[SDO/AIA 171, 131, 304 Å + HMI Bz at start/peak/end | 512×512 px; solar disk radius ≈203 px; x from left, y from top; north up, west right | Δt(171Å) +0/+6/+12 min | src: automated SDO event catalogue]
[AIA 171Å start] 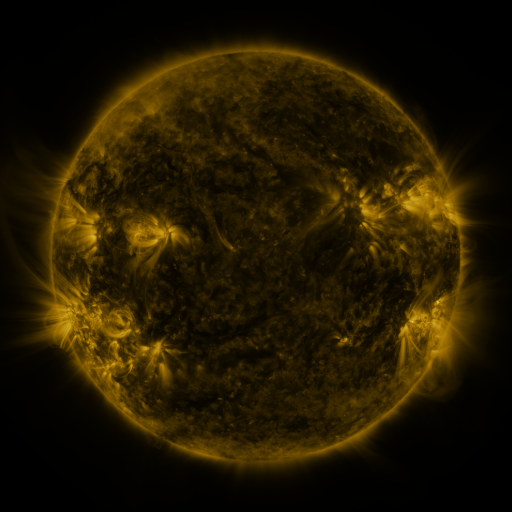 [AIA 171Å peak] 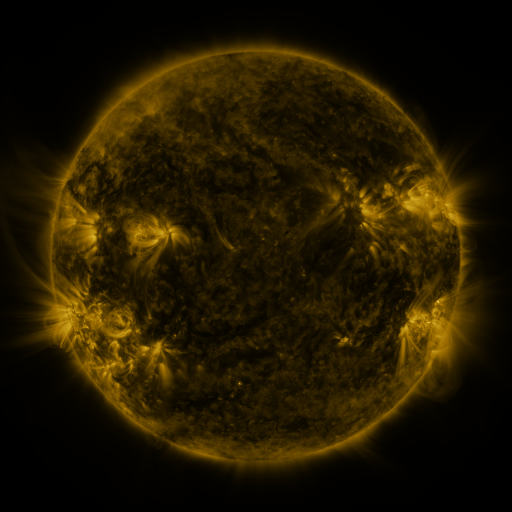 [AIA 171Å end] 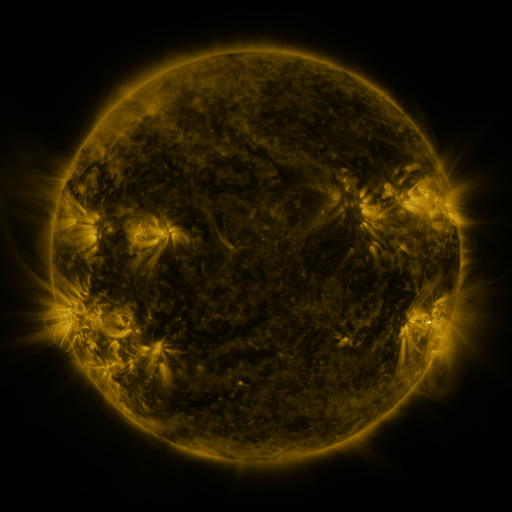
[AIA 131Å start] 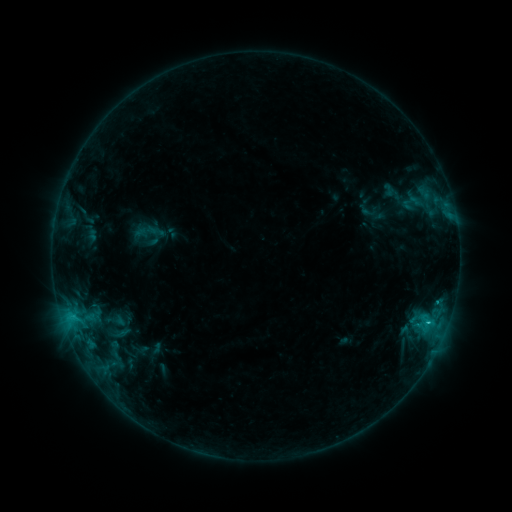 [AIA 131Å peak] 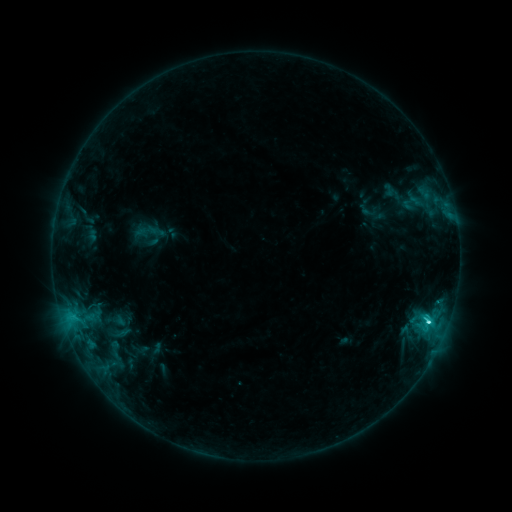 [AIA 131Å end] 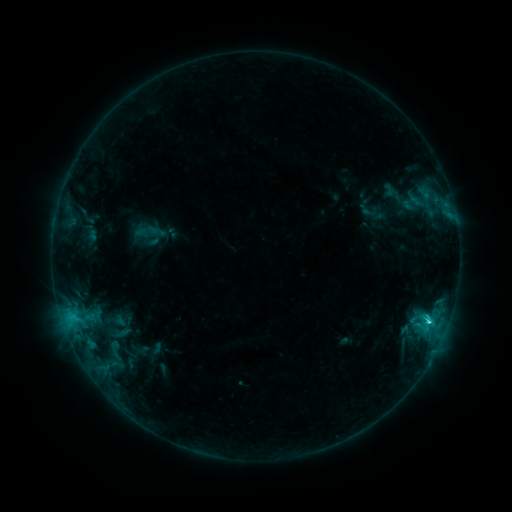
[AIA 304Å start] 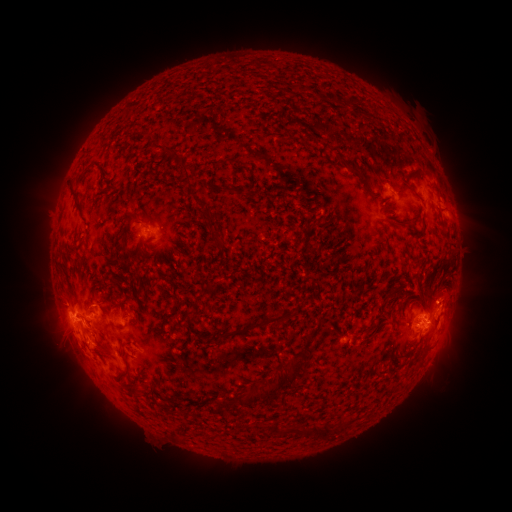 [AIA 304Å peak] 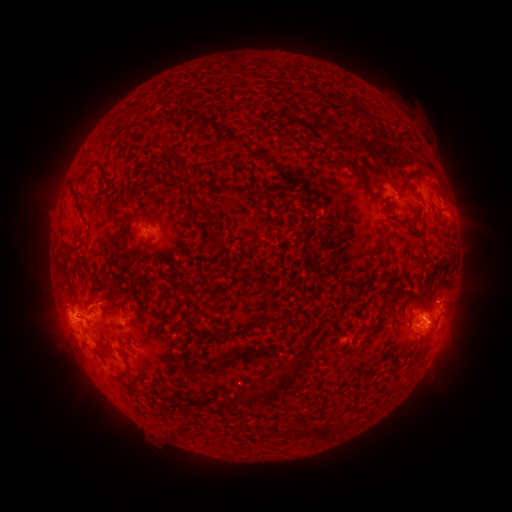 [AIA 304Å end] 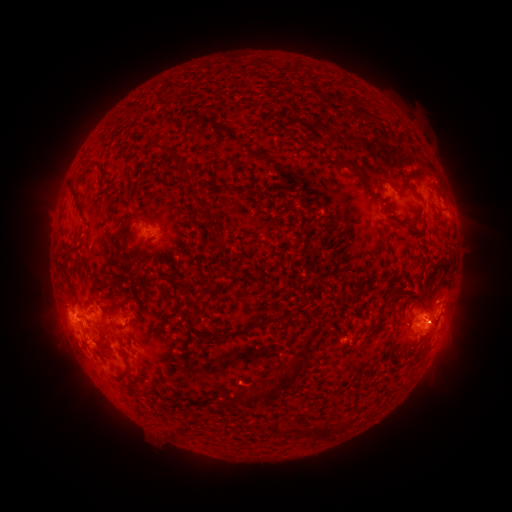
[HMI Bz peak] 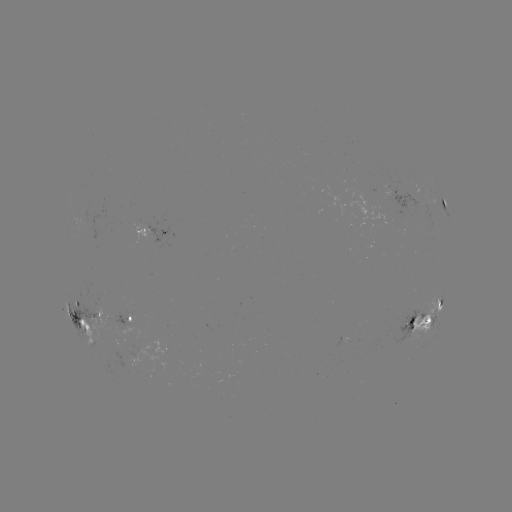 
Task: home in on eruption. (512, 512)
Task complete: [468, 300].